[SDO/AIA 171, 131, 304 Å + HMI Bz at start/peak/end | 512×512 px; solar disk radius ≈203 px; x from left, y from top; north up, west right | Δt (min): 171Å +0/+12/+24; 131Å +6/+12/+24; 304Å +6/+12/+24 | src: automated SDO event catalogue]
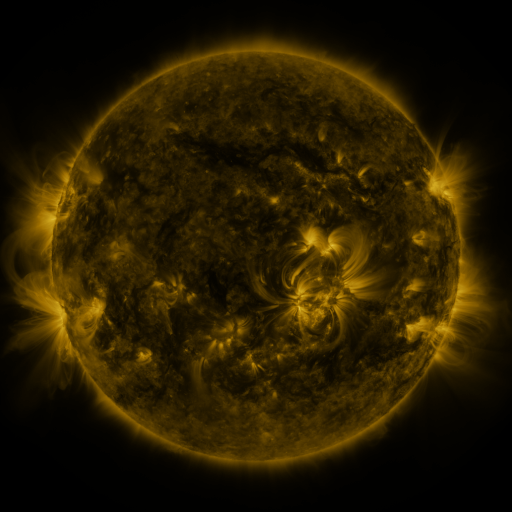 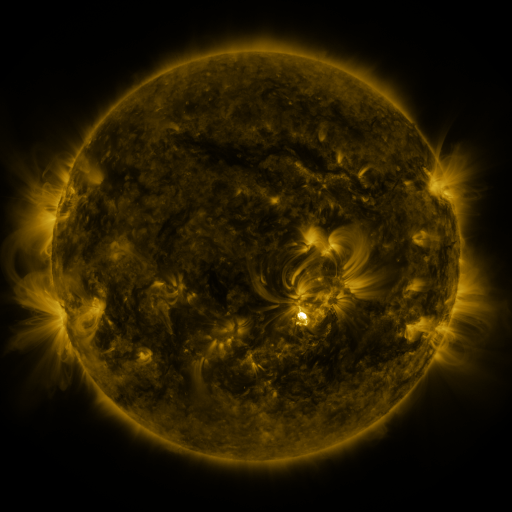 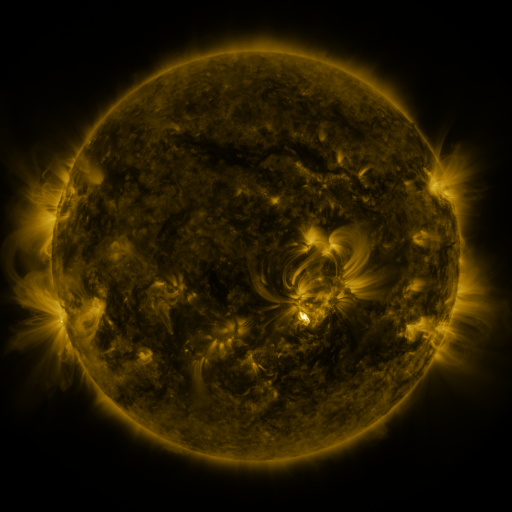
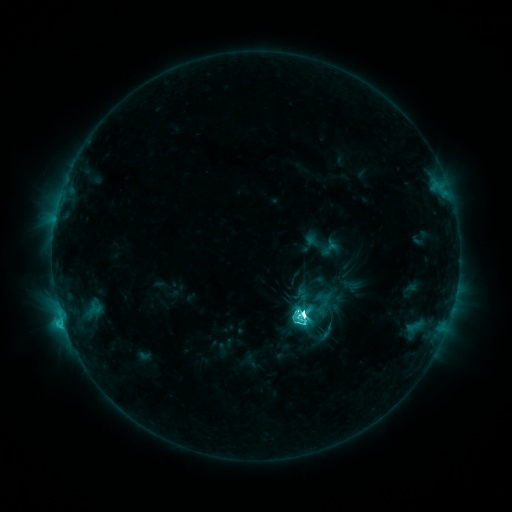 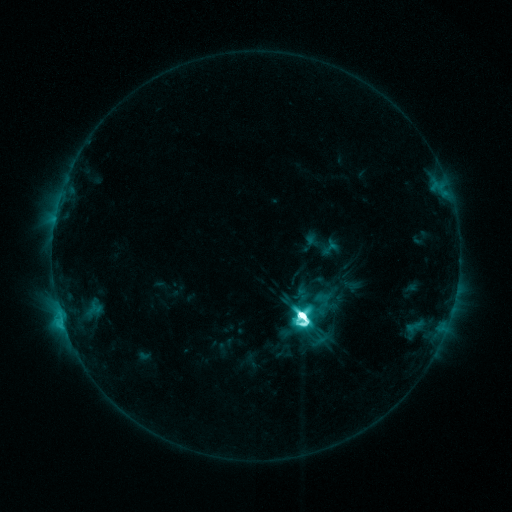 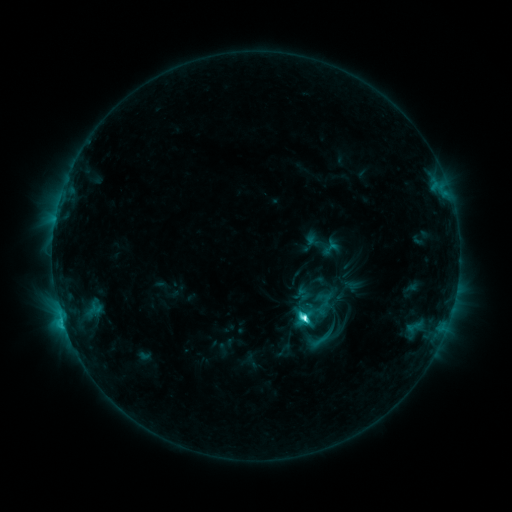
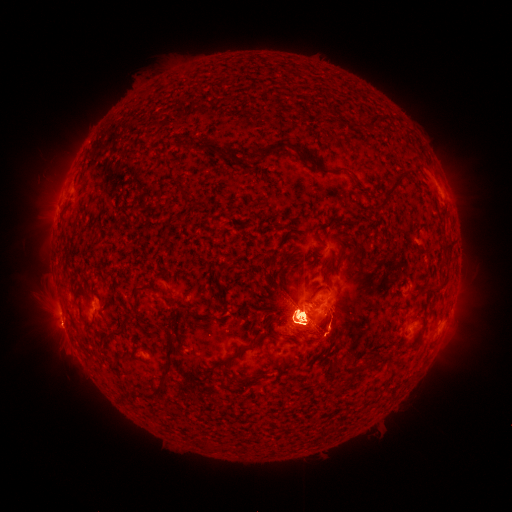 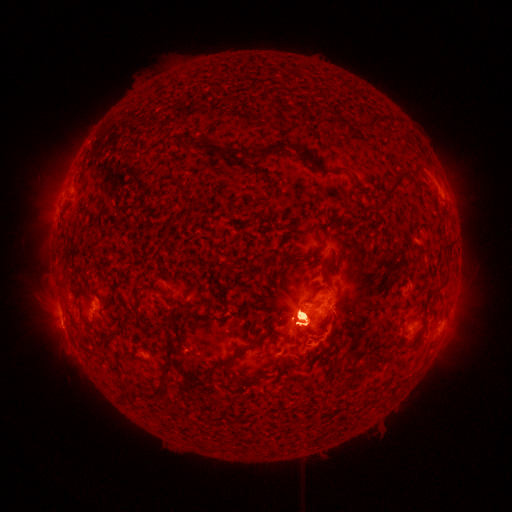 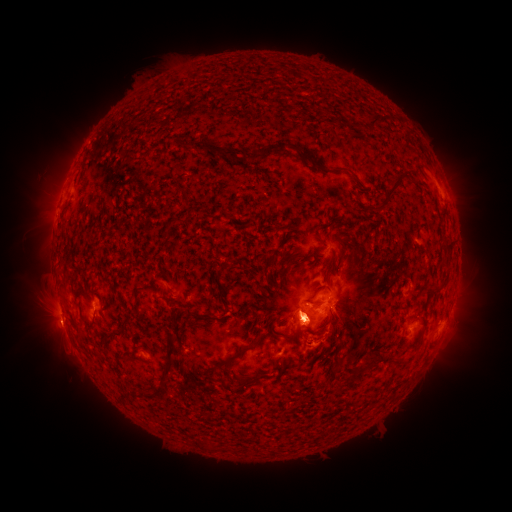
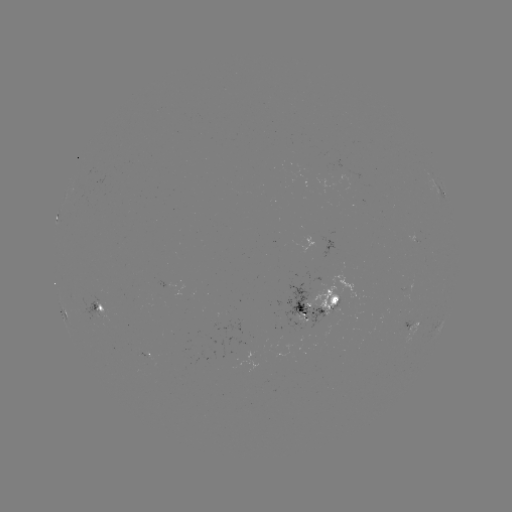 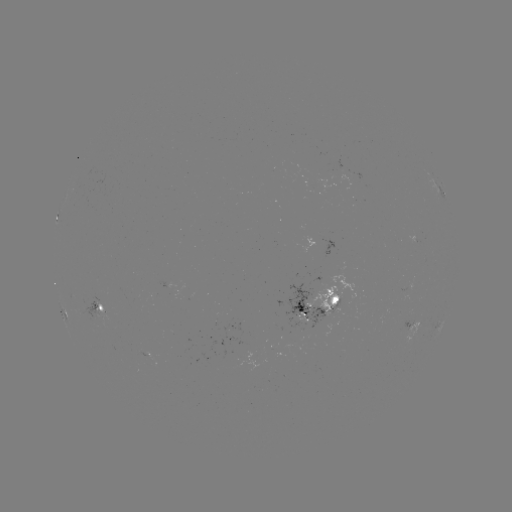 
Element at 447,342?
eruption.